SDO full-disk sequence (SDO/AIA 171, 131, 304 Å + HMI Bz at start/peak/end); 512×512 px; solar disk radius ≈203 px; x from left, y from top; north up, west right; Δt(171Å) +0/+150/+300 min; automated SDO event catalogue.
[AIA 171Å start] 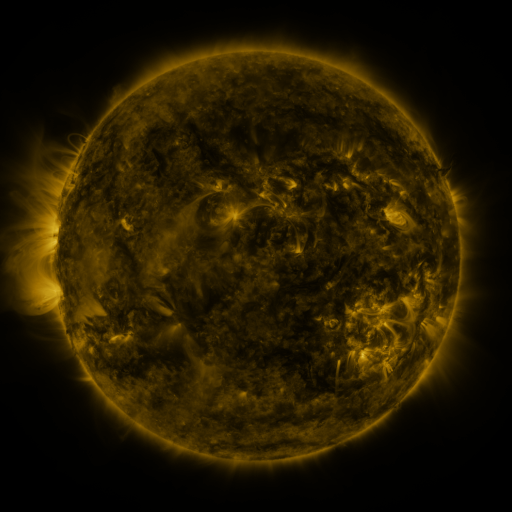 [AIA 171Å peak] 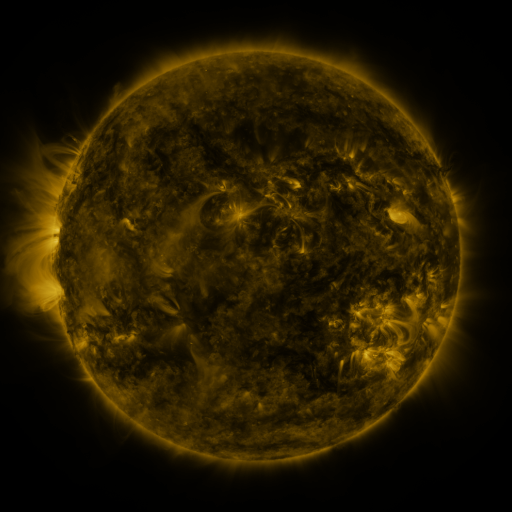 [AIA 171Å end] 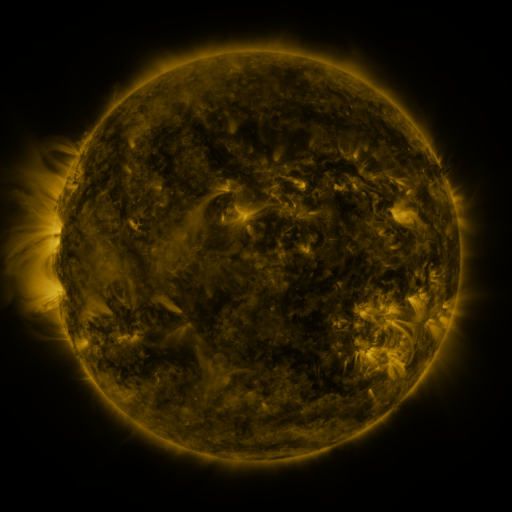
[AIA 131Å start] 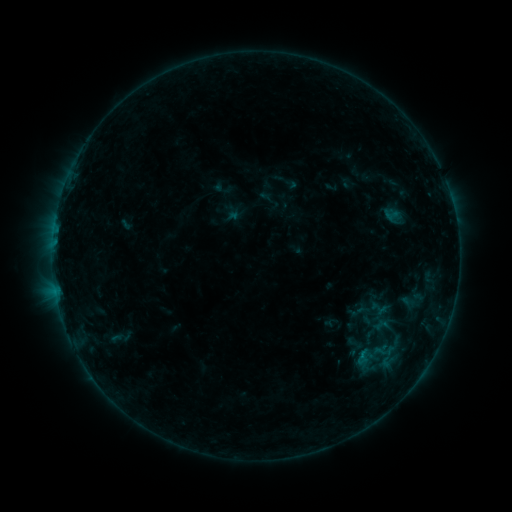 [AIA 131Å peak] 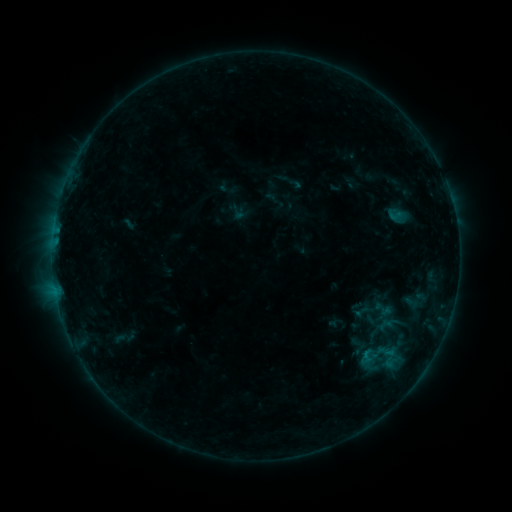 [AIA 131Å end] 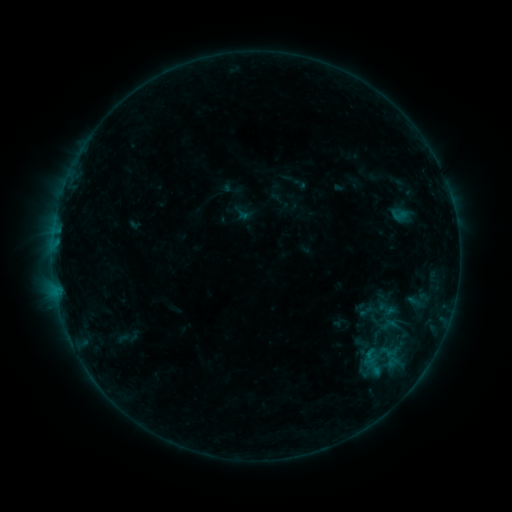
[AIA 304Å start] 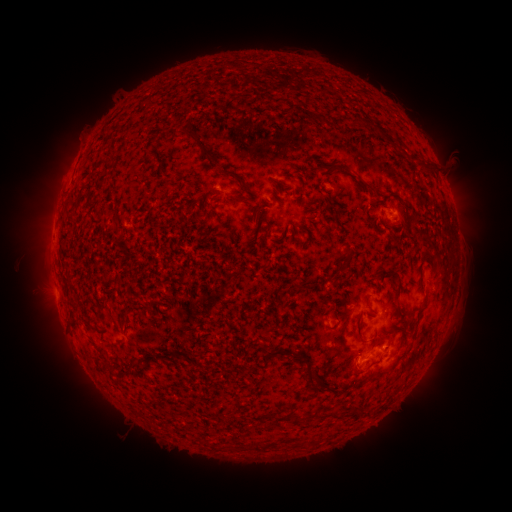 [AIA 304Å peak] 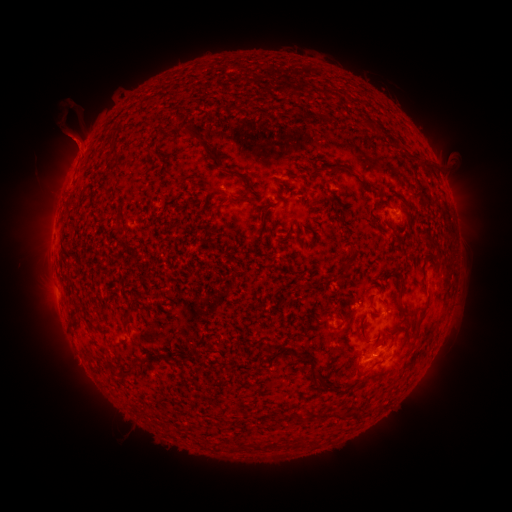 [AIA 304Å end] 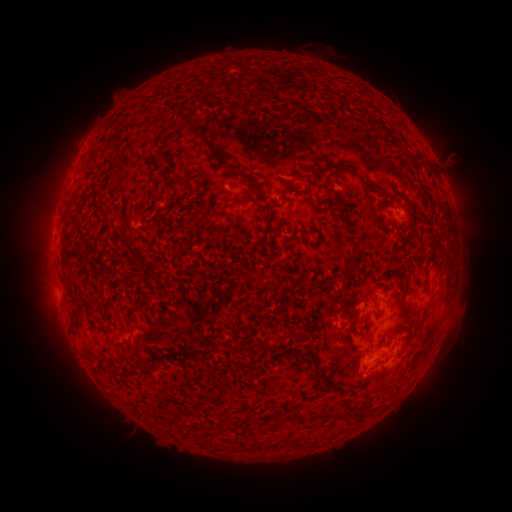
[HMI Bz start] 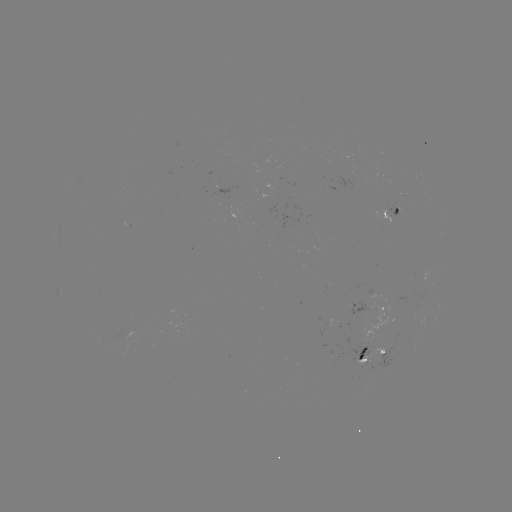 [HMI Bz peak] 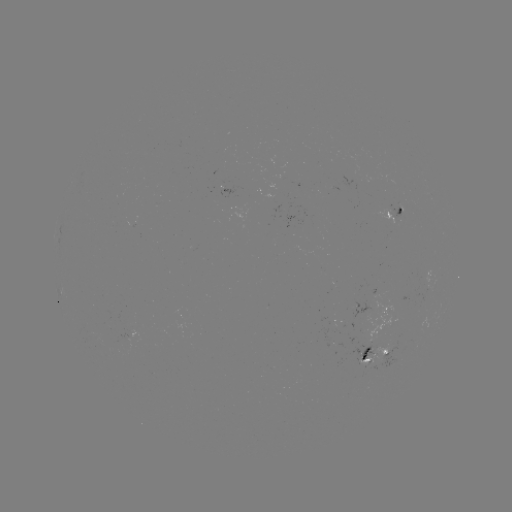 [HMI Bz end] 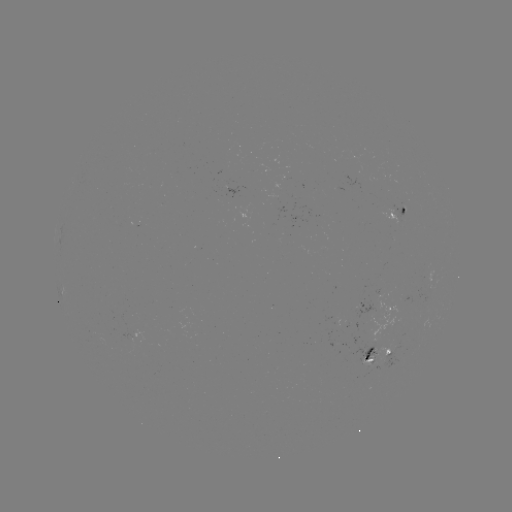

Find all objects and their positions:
filament eruption: (113, 105)
